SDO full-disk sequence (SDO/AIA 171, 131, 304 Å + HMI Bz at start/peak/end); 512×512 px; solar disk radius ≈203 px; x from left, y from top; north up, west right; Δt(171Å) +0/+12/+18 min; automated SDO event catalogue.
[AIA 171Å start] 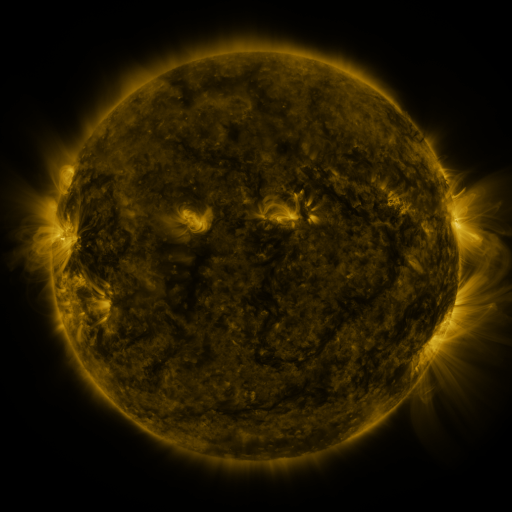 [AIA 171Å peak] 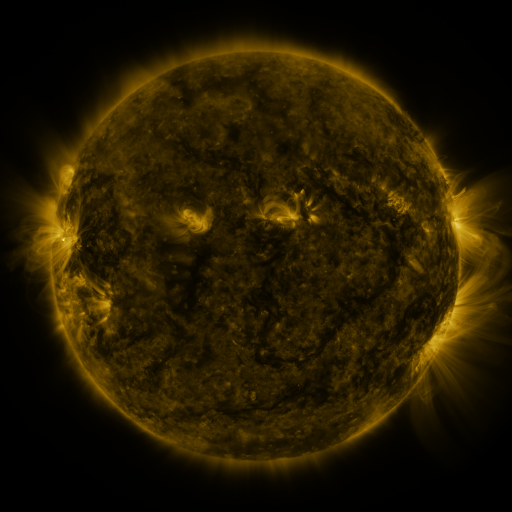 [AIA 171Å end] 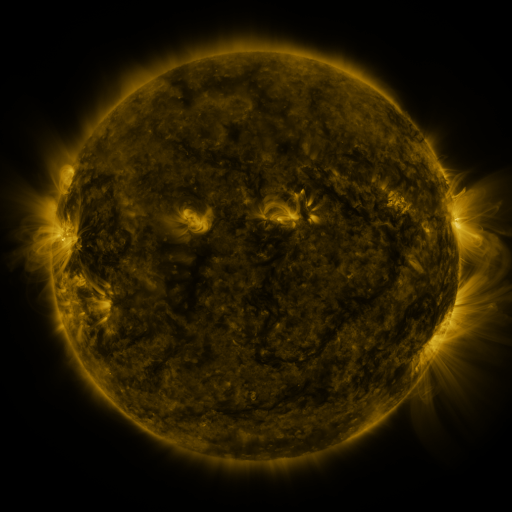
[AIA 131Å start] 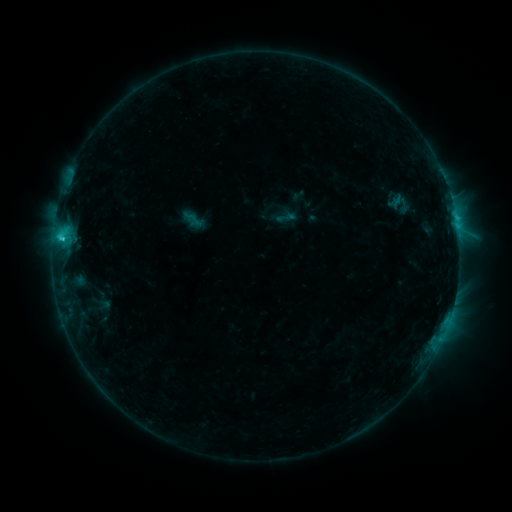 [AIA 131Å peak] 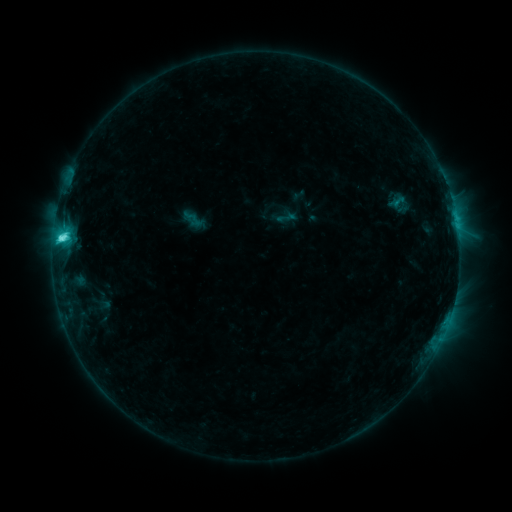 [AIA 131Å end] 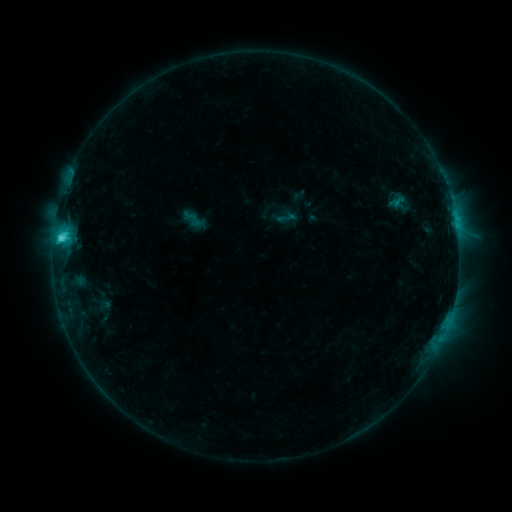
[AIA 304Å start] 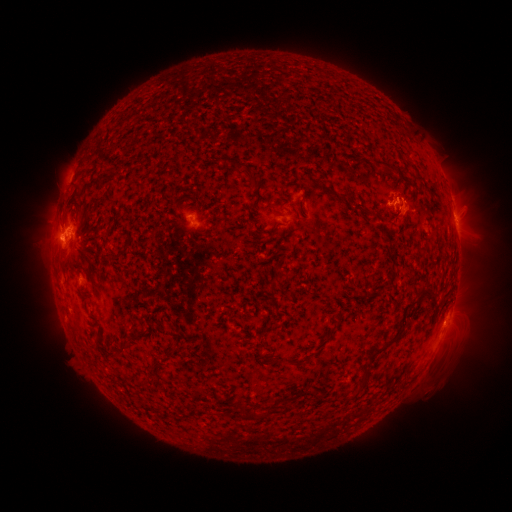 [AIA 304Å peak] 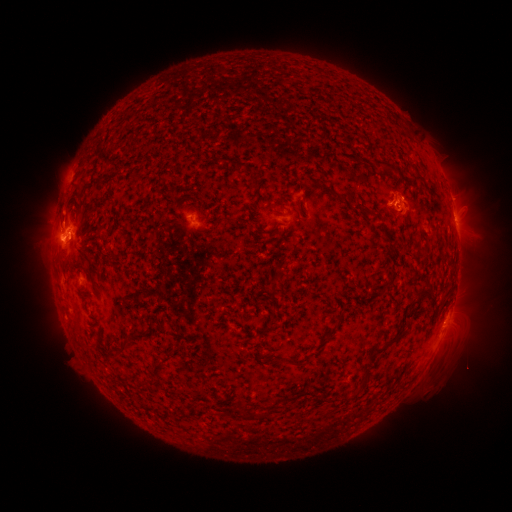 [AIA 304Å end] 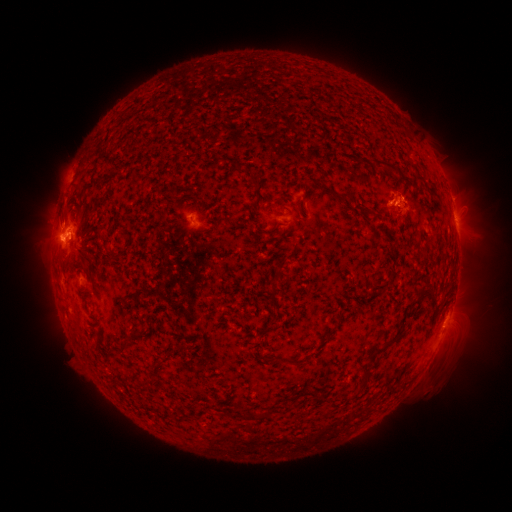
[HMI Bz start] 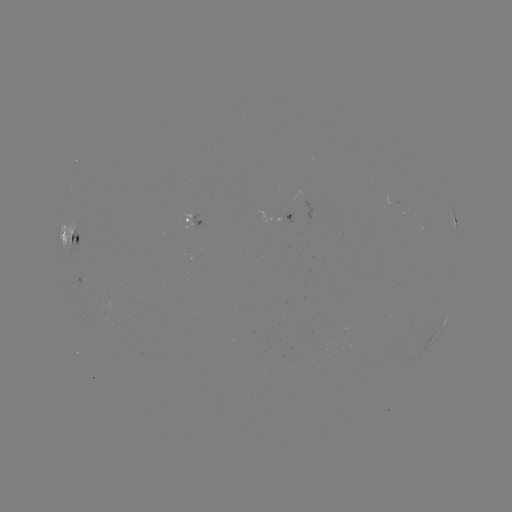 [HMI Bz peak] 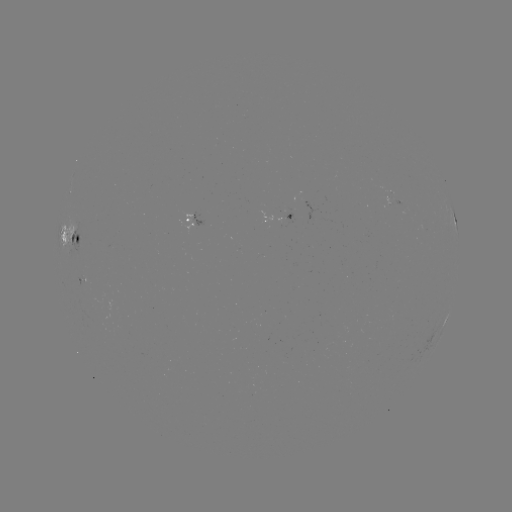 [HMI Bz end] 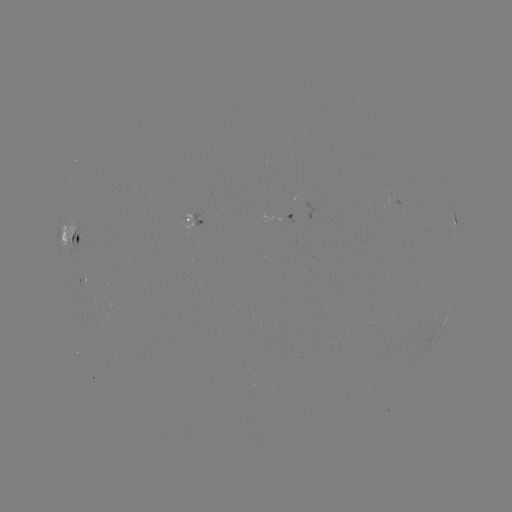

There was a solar flare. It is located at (61, 239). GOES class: C4.1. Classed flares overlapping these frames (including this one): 1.